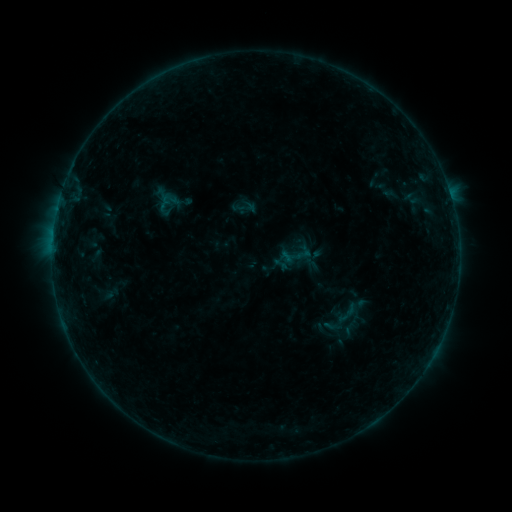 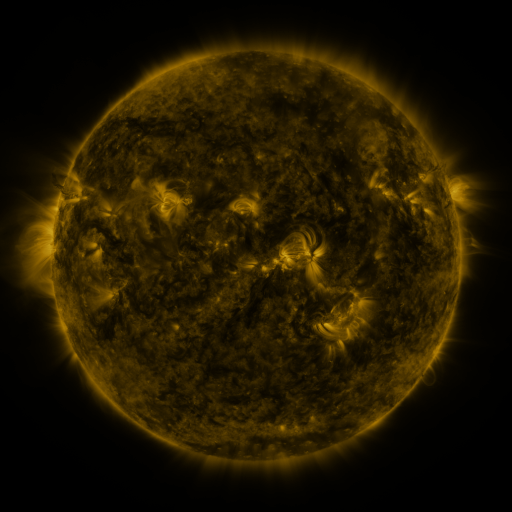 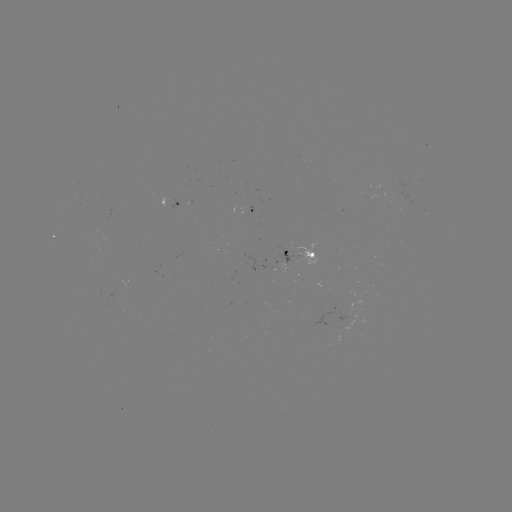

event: sigmoid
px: (347, 313)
